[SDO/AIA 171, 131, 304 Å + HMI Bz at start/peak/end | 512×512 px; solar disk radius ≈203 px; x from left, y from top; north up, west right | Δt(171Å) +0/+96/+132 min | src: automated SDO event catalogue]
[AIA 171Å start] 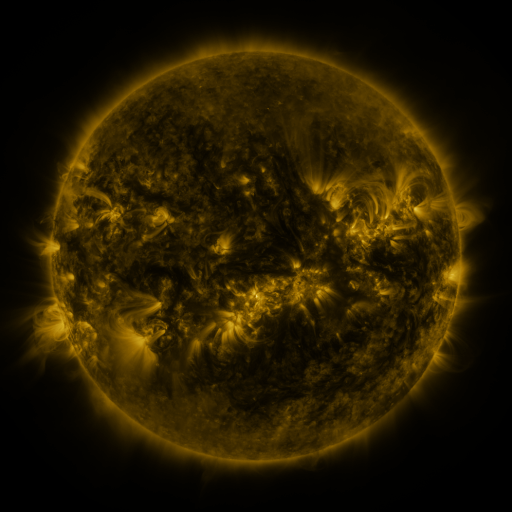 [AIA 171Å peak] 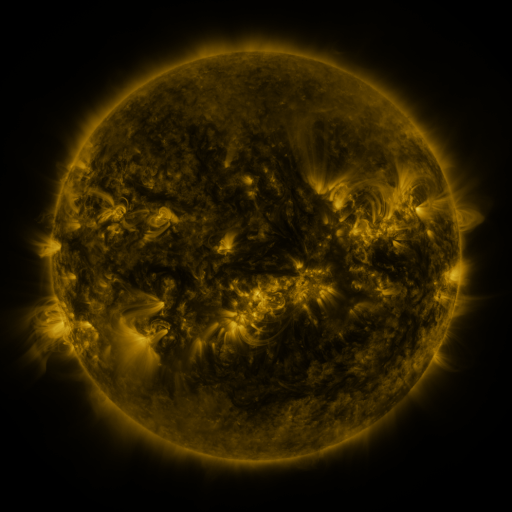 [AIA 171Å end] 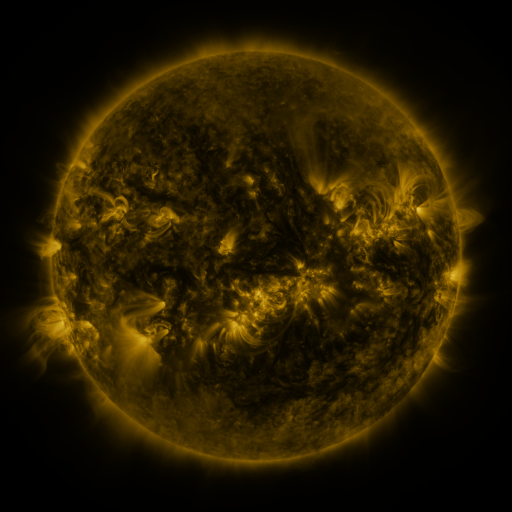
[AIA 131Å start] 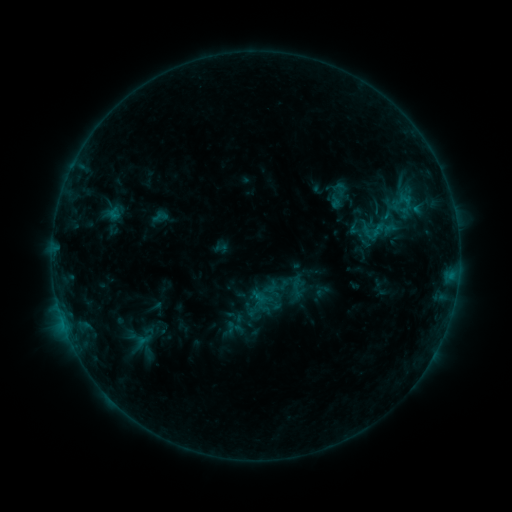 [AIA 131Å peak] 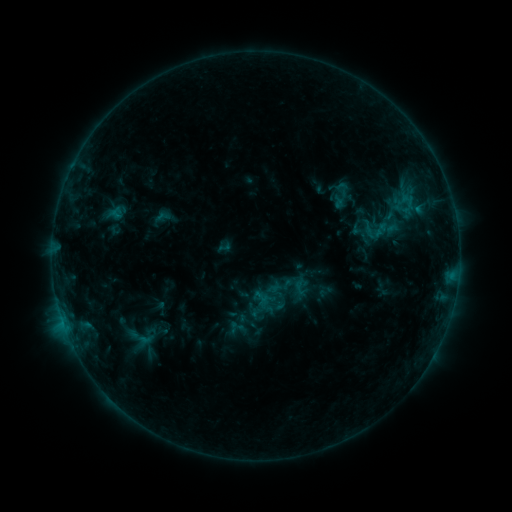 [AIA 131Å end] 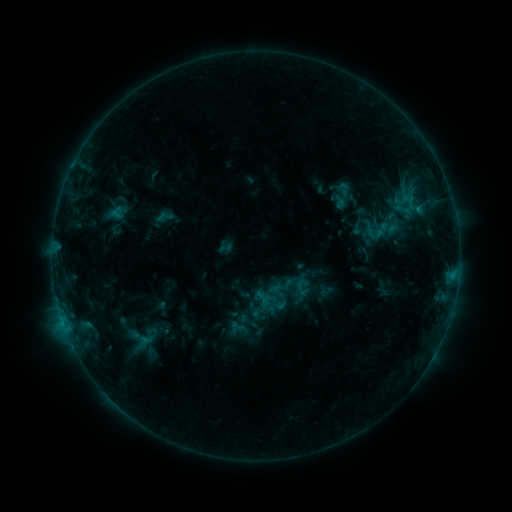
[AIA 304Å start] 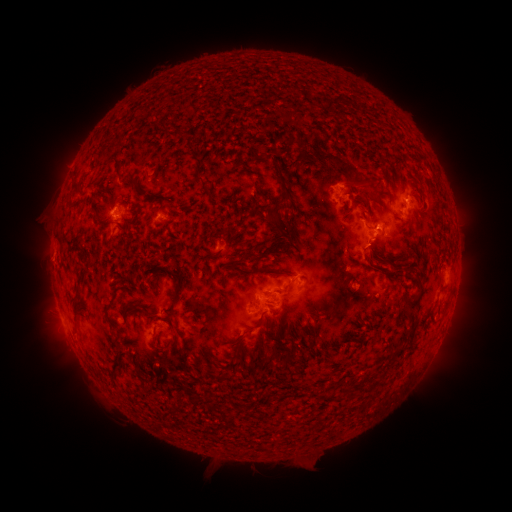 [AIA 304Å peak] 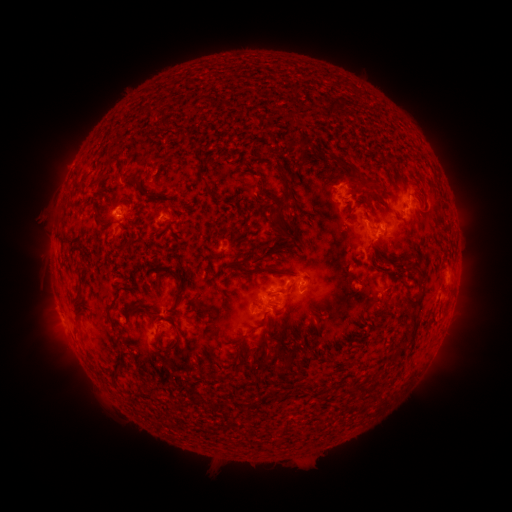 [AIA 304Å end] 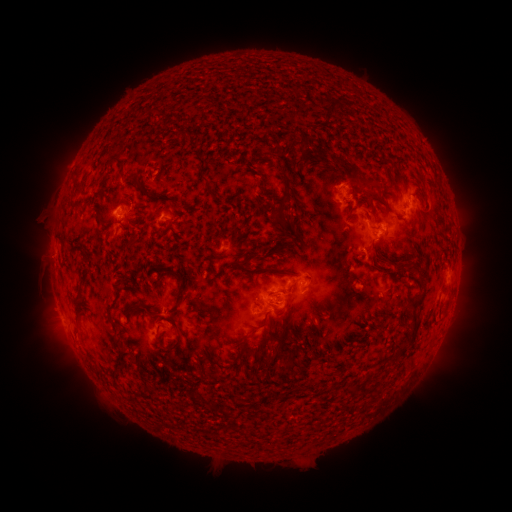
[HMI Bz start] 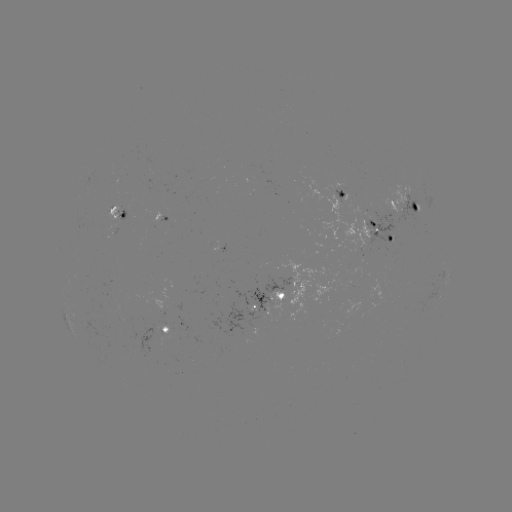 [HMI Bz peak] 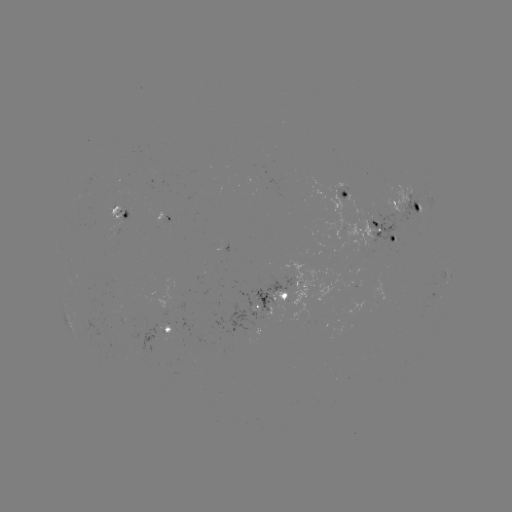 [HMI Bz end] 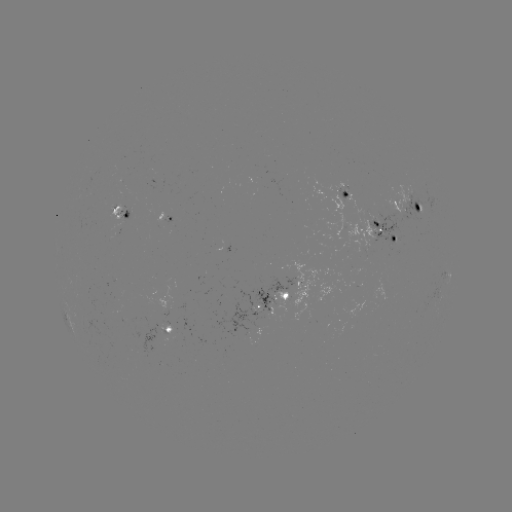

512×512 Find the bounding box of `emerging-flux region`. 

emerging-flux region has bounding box [283, 259, 316, 321].